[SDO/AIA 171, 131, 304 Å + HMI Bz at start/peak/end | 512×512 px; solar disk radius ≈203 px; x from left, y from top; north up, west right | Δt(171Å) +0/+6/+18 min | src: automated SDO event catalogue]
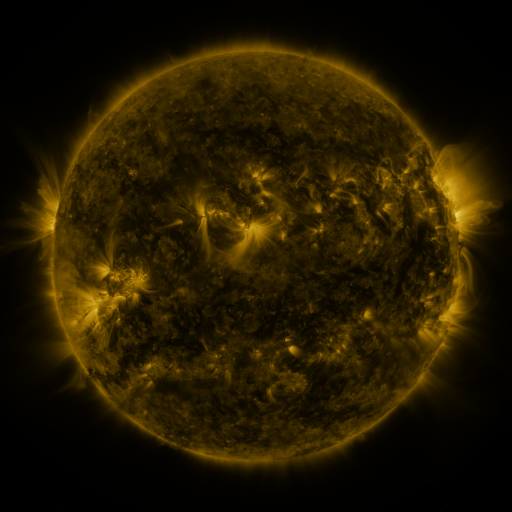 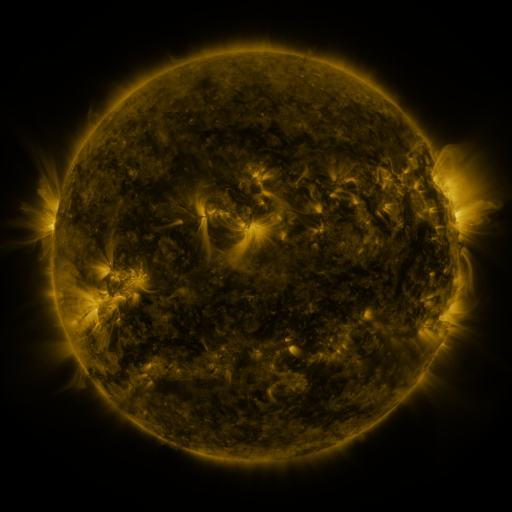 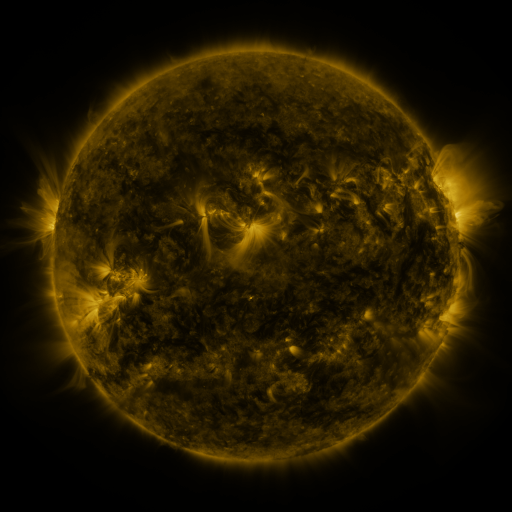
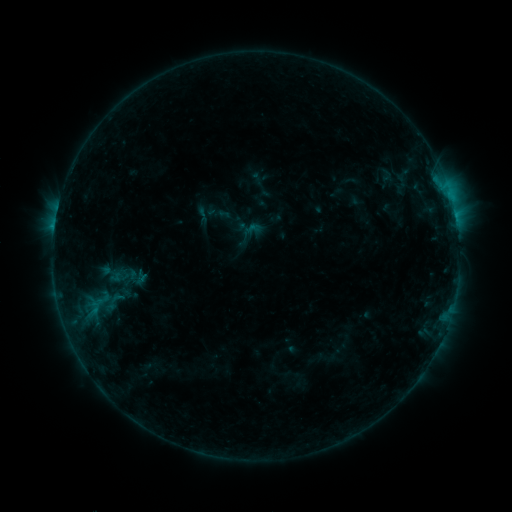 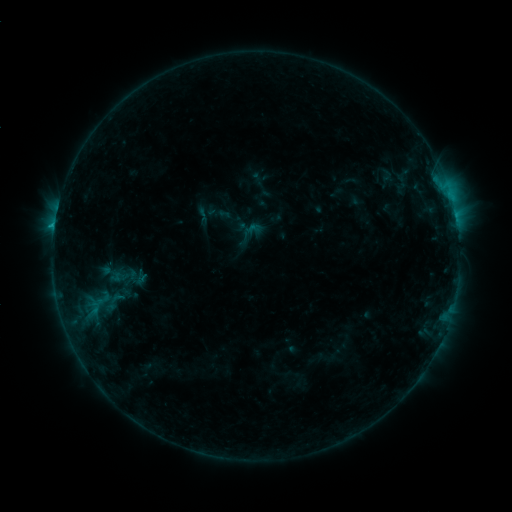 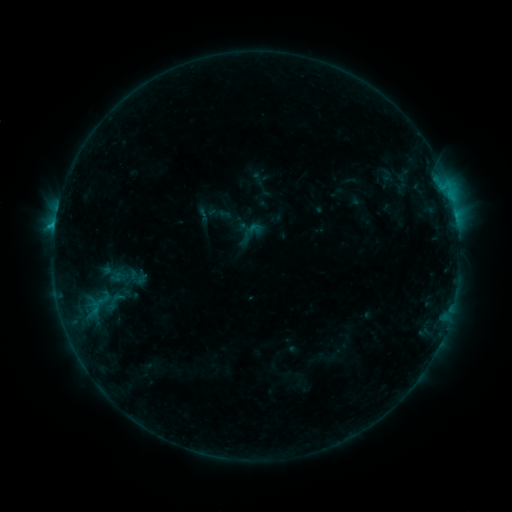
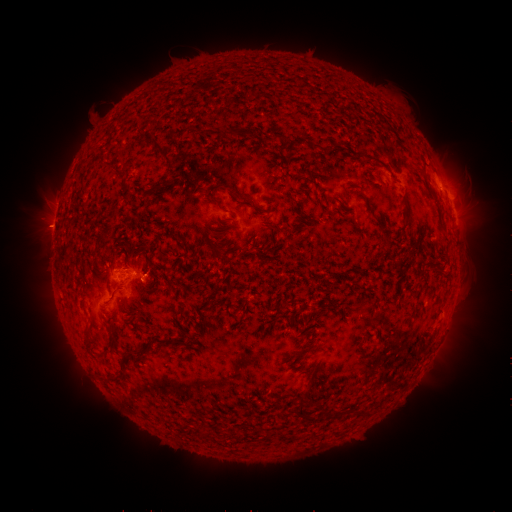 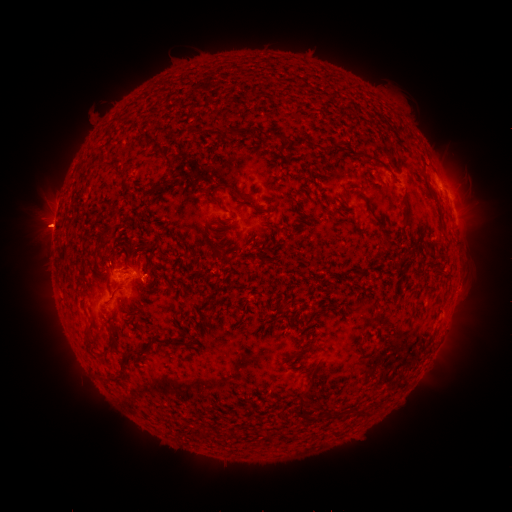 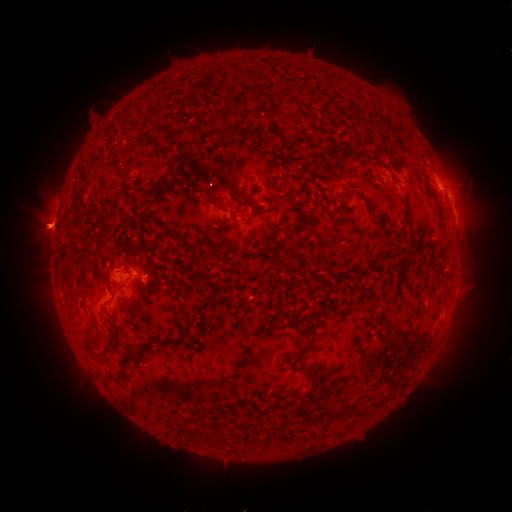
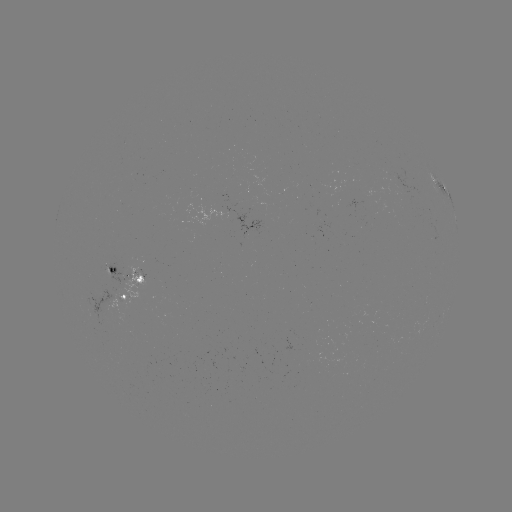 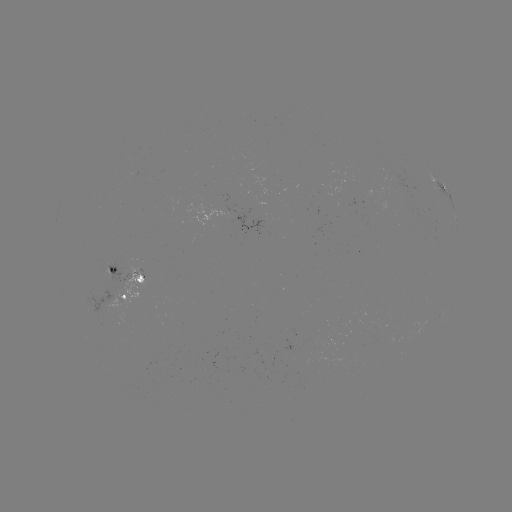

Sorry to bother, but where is eruption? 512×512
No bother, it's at [40, 228].